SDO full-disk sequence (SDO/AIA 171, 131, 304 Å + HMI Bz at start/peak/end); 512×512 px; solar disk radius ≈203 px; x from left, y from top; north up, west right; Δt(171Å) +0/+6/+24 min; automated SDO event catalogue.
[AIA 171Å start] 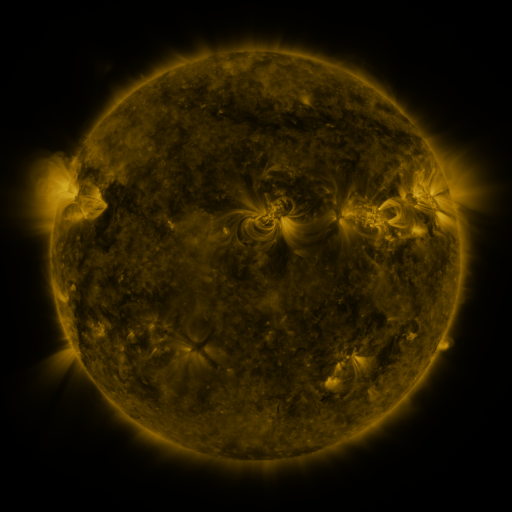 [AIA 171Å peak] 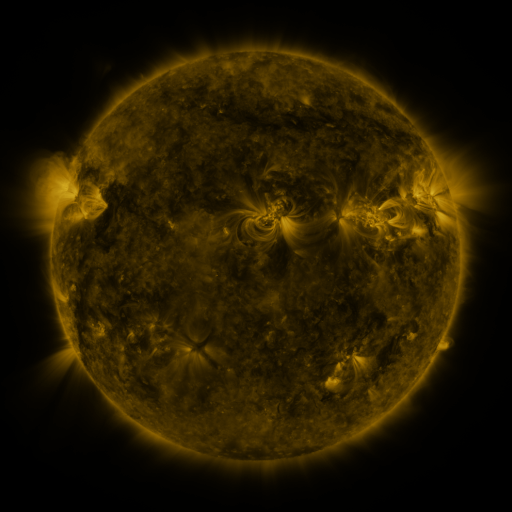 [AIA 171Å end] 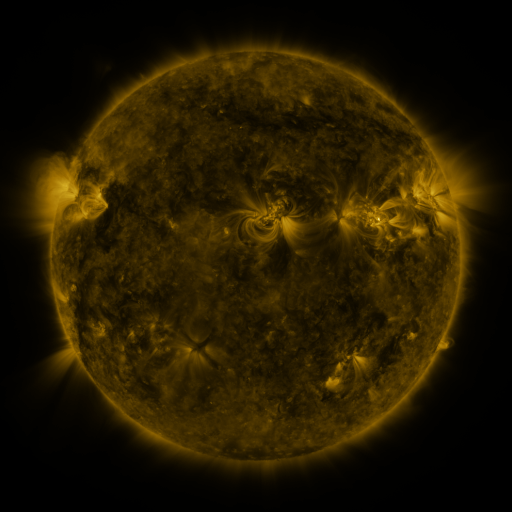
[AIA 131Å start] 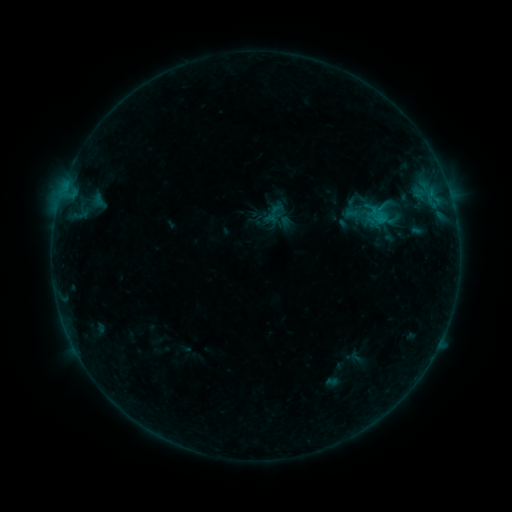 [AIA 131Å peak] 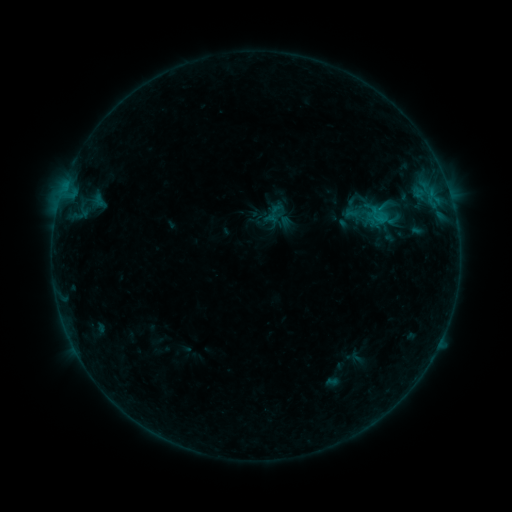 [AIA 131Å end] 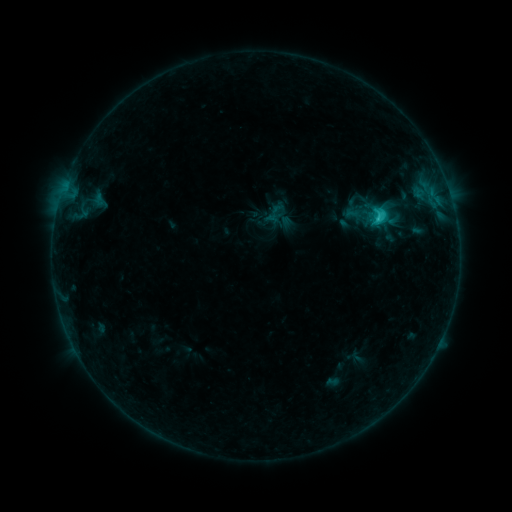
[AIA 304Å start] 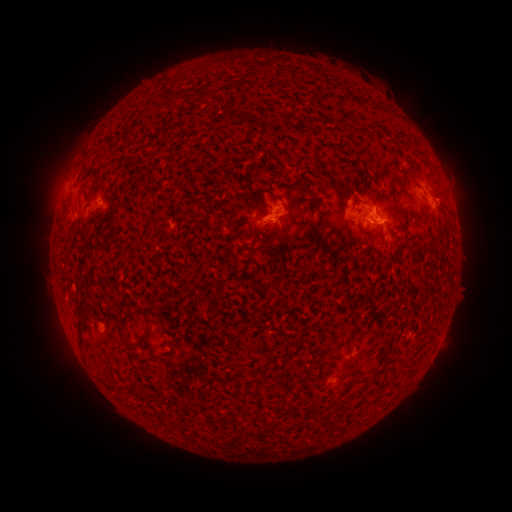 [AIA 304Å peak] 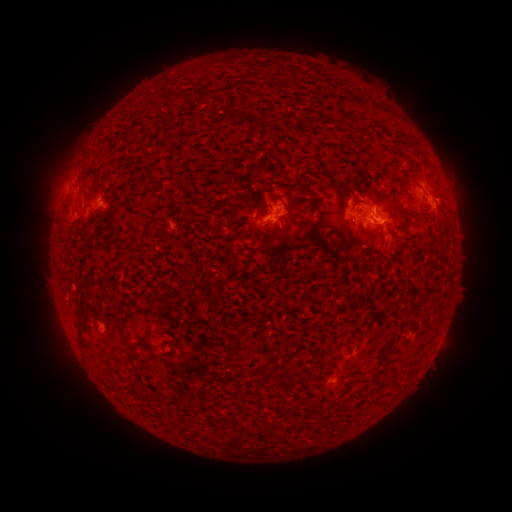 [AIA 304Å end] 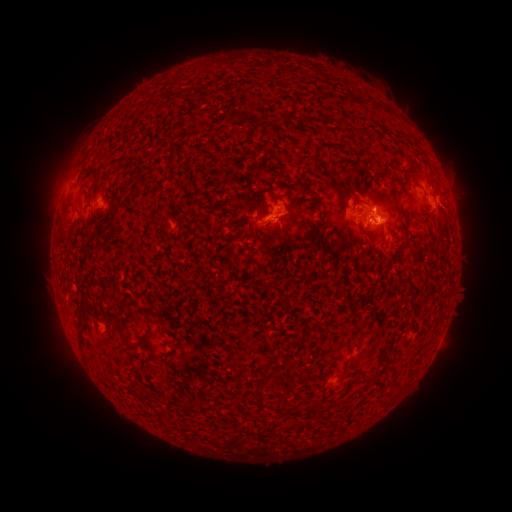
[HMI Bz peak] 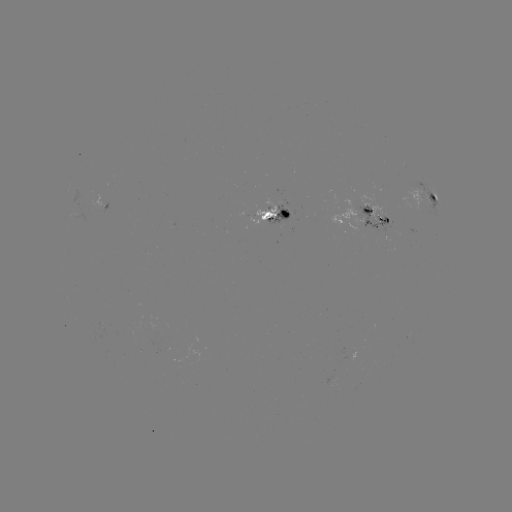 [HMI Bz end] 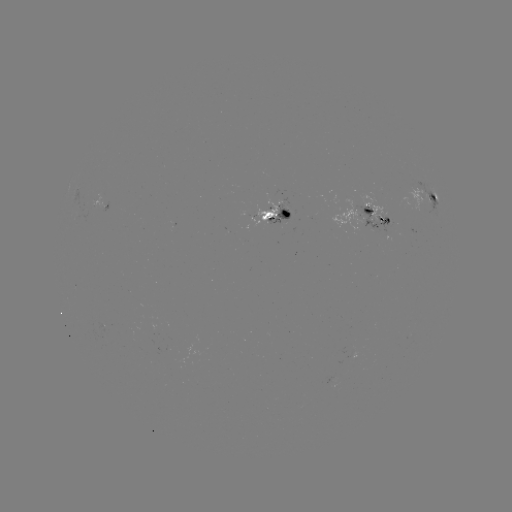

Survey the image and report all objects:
C3.2 flare: (379, 219)
